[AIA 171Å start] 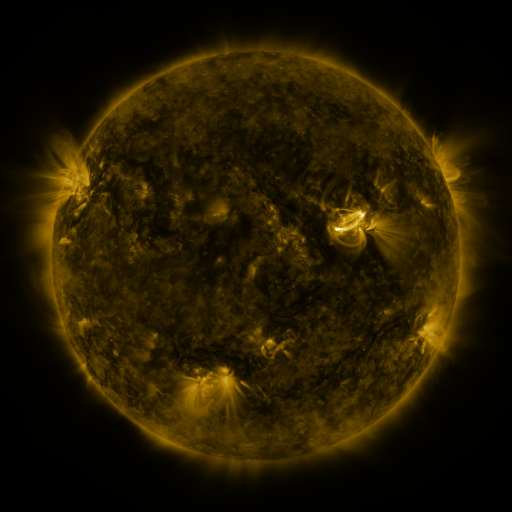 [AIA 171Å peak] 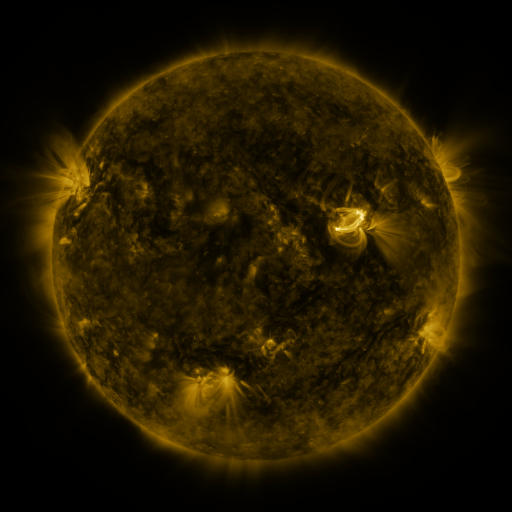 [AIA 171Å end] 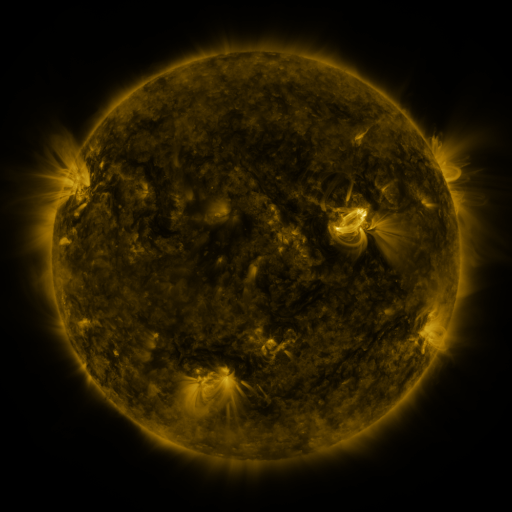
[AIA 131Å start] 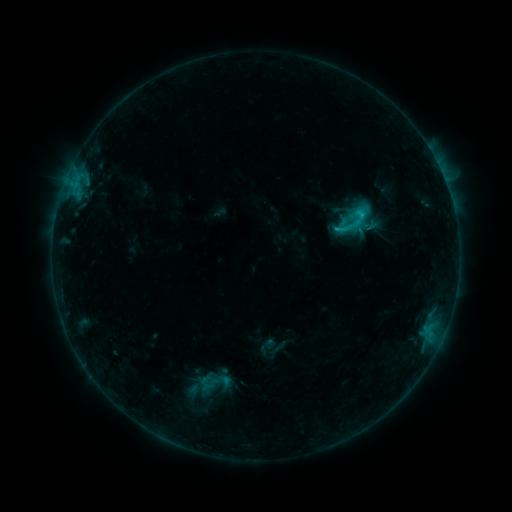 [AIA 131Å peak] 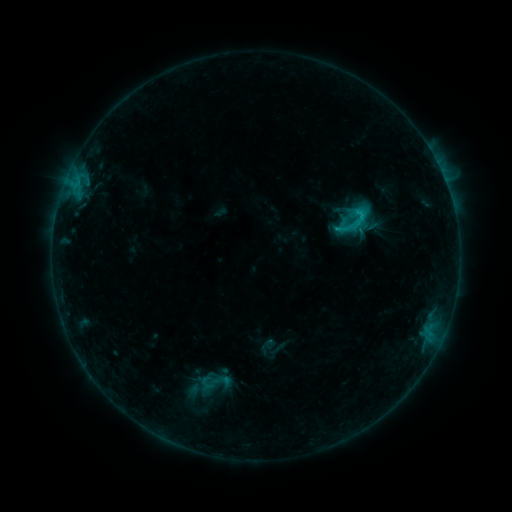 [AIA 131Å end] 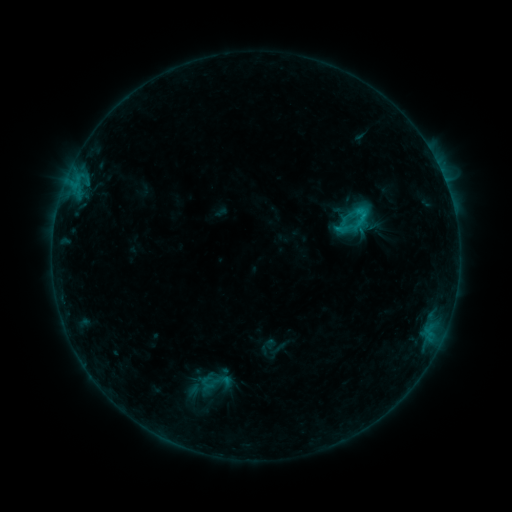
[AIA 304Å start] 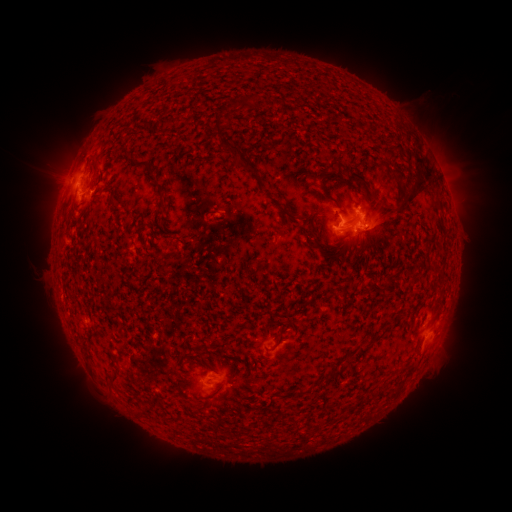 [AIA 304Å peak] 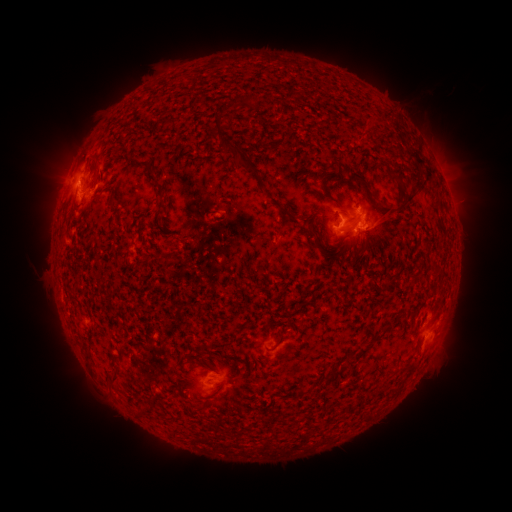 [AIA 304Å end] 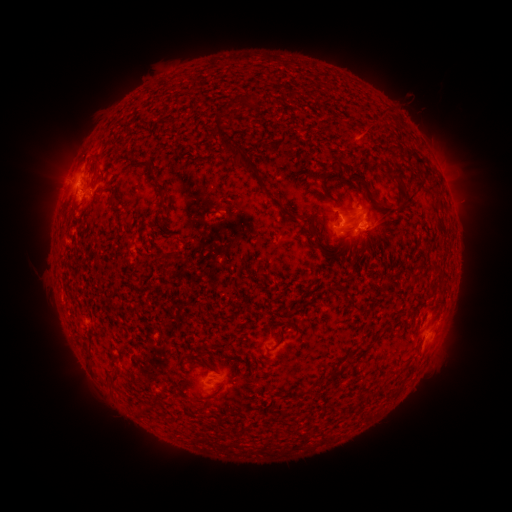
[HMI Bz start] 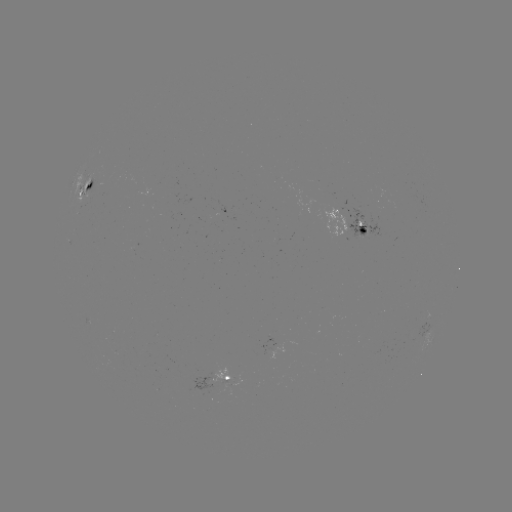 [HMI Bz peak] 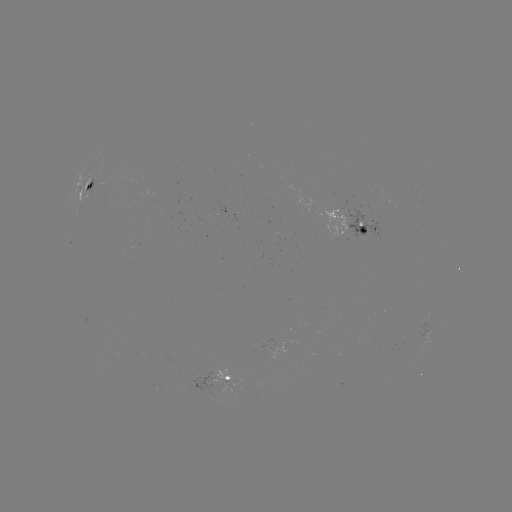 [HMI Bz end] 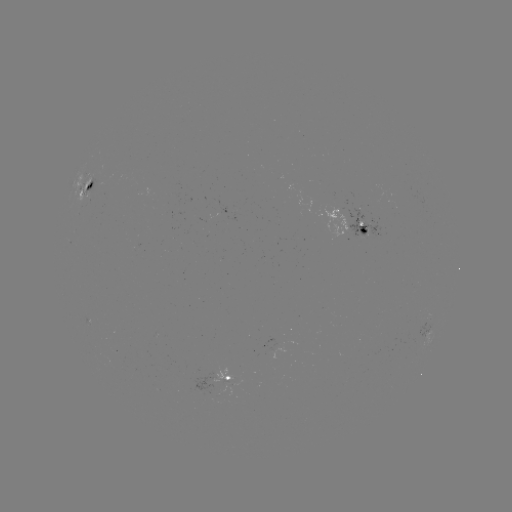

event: eruption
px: (379, 125)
